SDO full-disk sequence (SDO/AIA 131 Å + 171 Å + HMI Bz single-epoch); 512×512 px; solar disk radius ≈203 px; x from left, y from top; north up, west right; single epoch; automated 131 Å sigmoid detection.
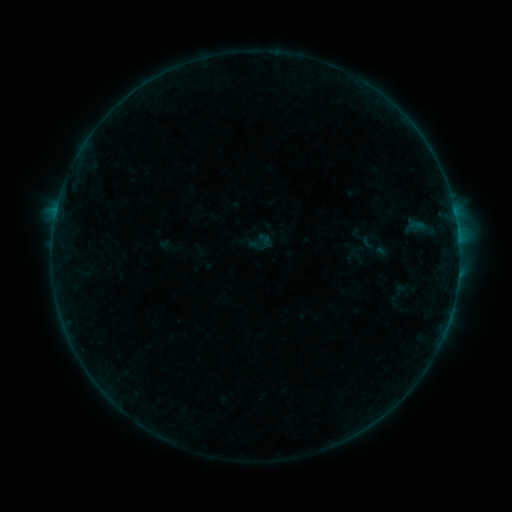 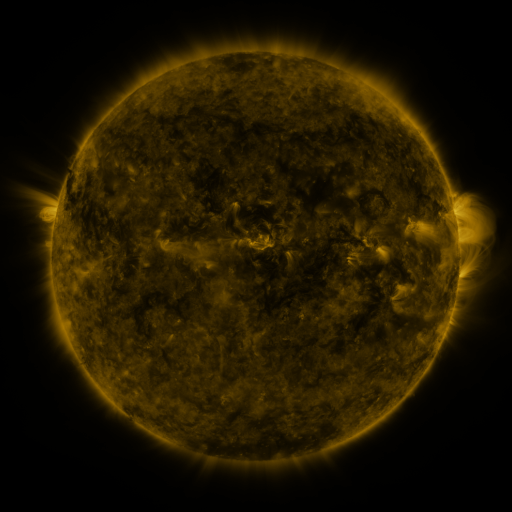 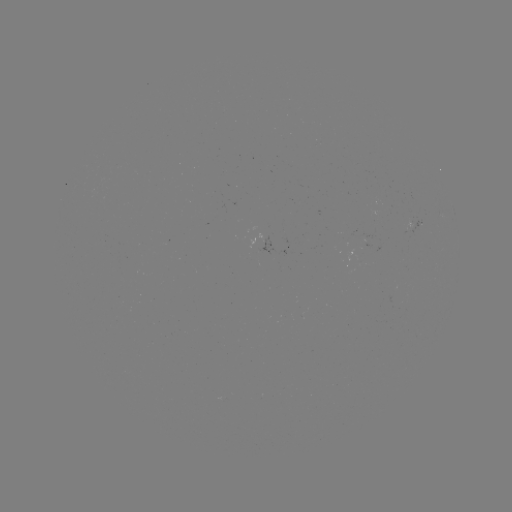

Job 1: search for sigmoid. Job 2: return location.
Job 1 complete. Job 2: [367, 242].